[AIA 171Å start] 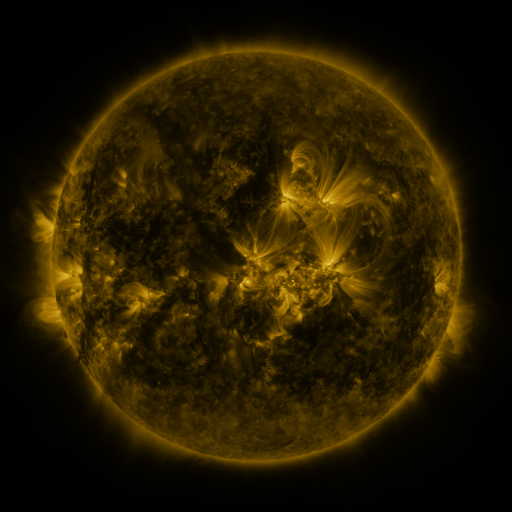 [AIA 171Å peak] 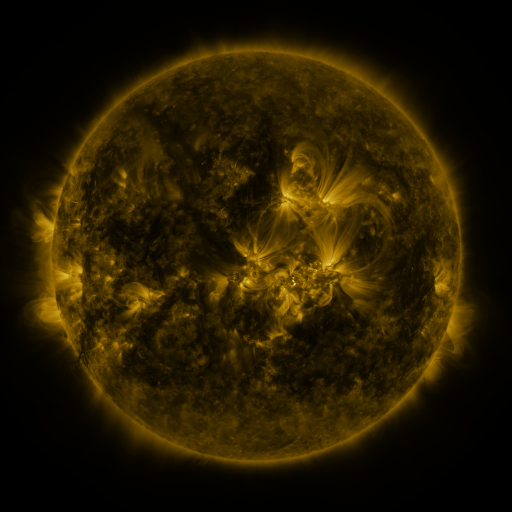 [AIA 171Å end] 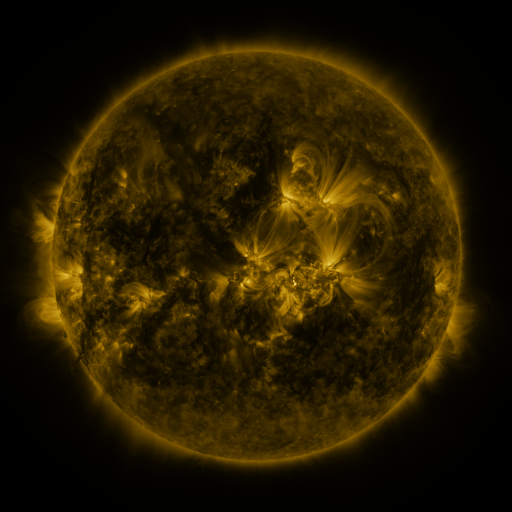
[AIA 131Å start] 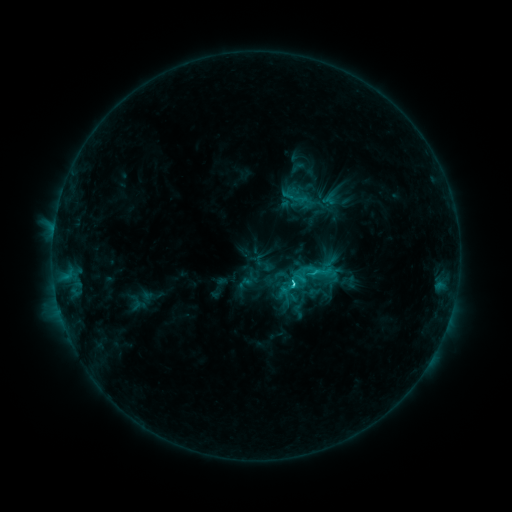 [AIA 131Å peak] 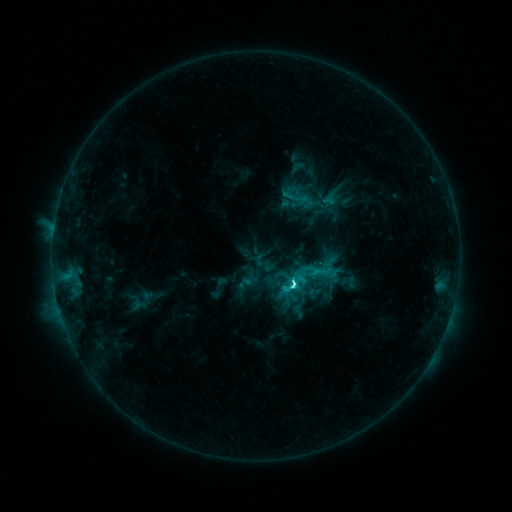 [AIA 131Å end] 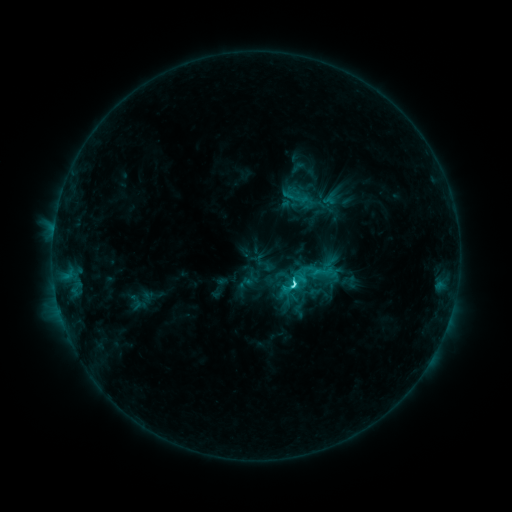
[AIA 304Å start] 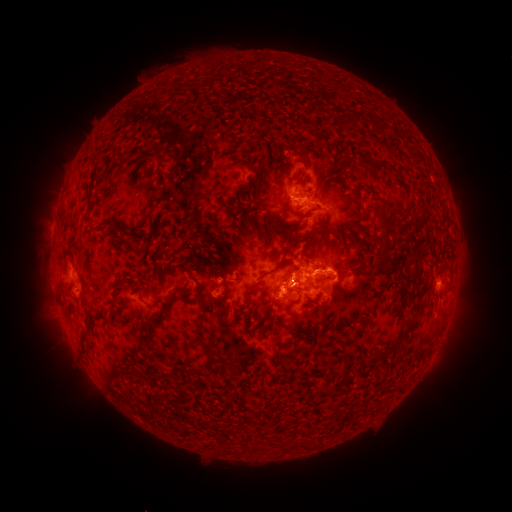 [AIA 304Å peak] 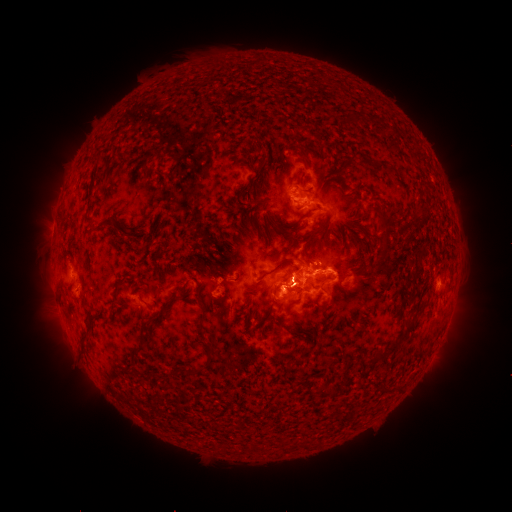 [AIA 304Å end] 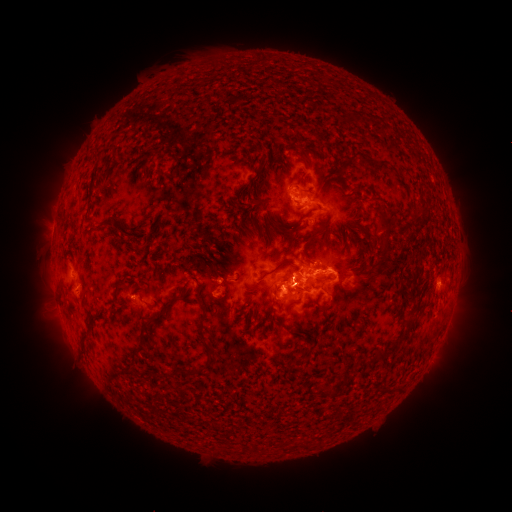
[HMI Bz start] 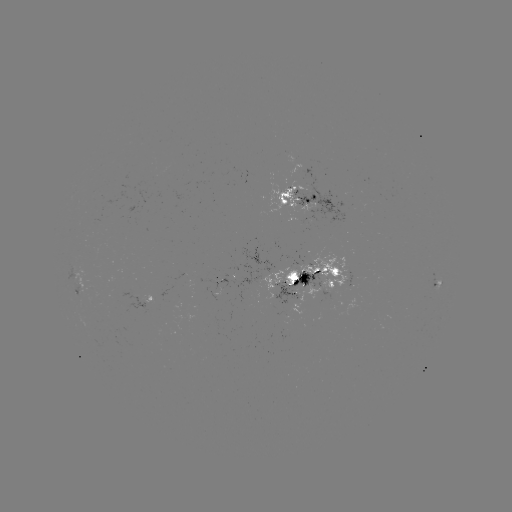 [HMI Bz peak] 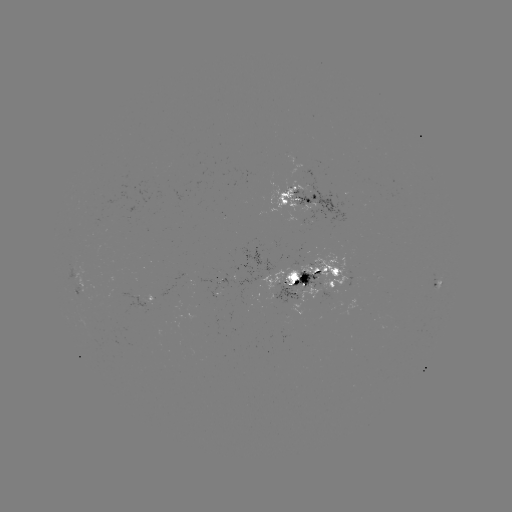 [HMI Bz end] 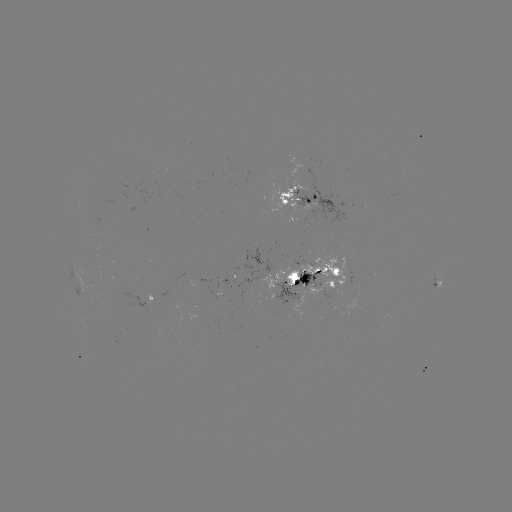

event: flare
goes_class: C7.4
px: (290, 283)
